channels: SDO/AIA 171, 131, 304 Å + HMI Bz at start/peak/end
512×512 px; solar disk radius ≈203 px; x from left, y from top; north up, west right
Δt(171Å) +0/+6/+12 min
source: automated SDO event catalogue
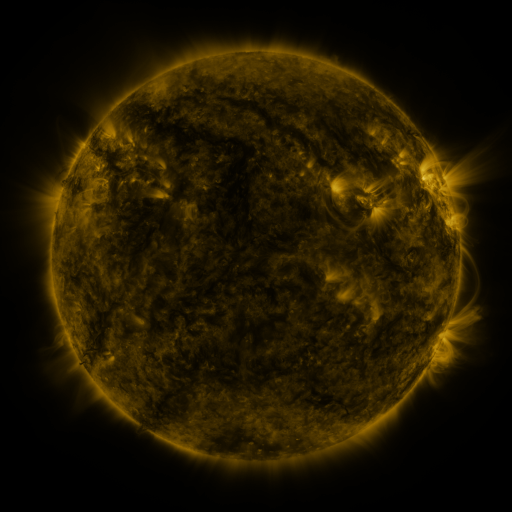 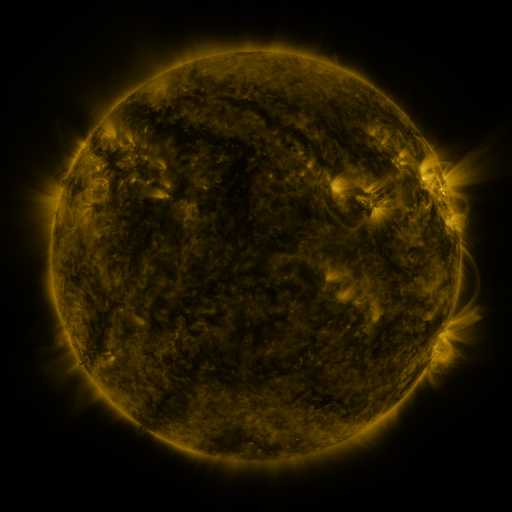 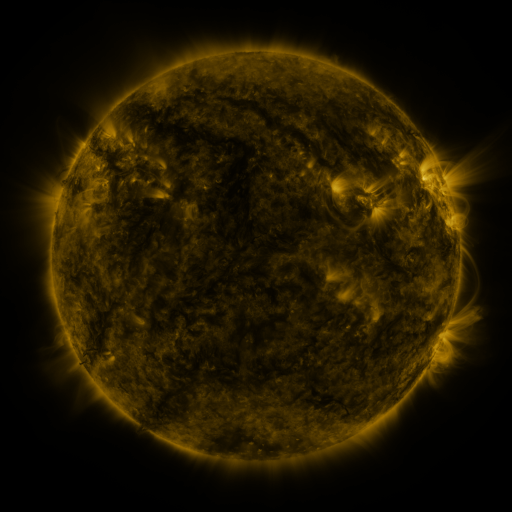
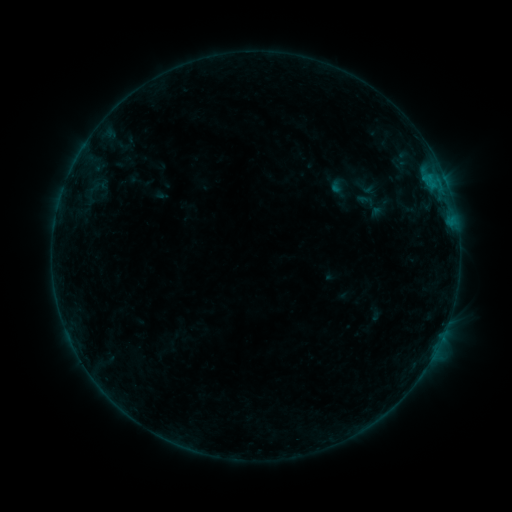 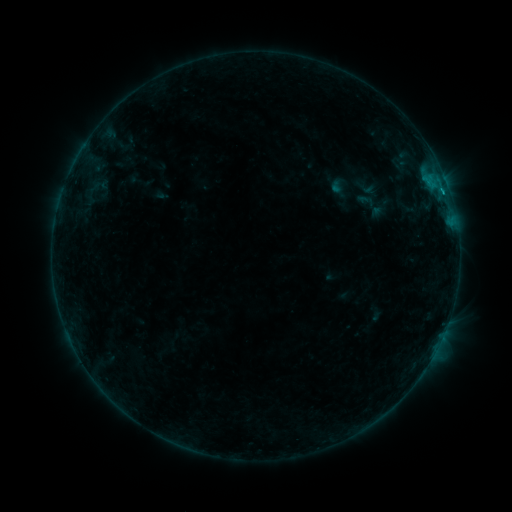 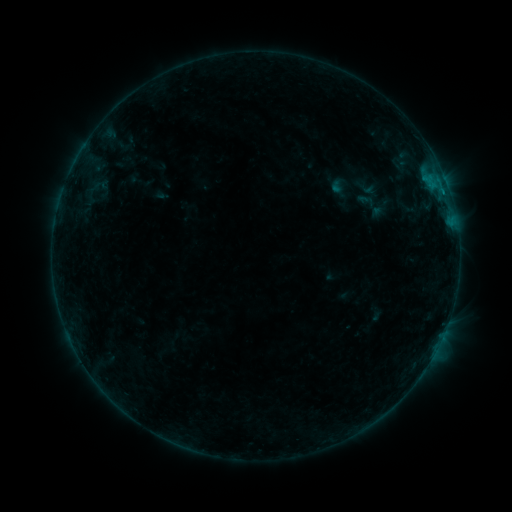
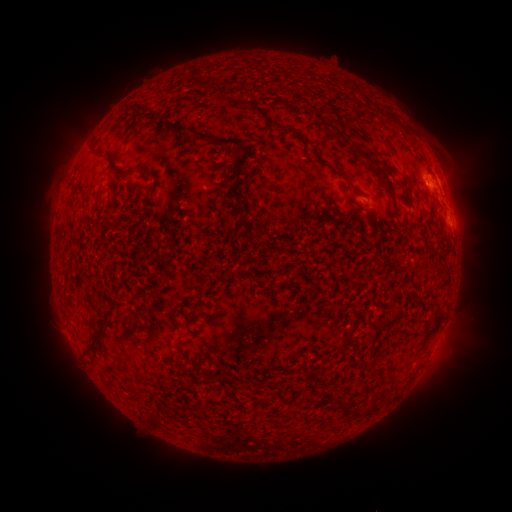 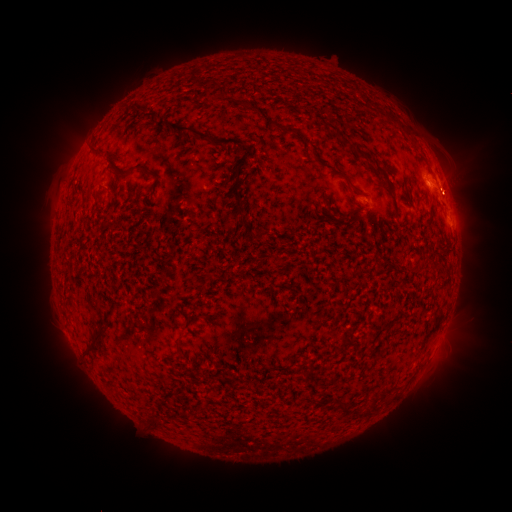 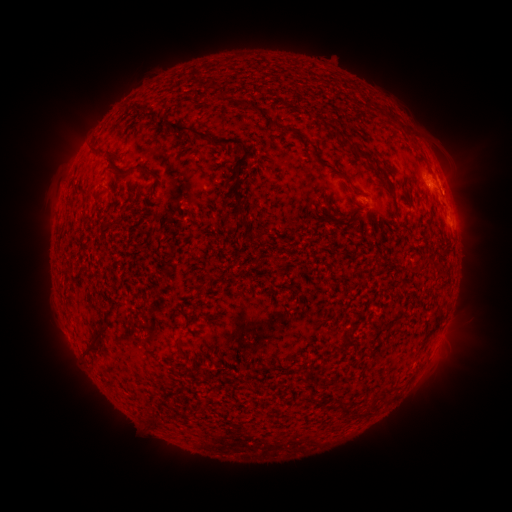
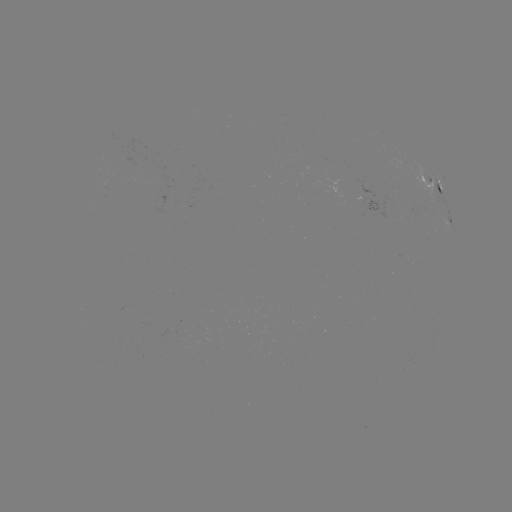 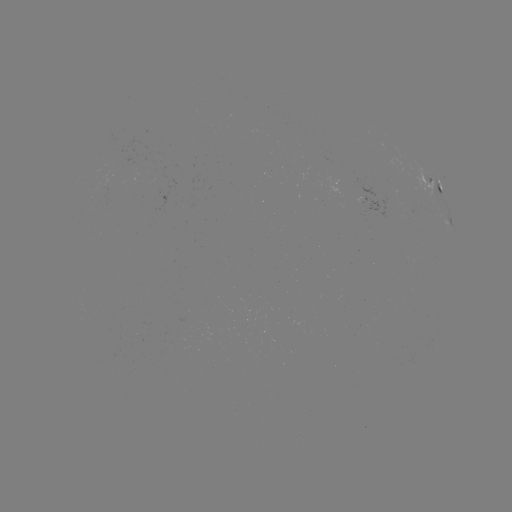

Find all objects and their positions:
B4.0 flare: (442, 193)
